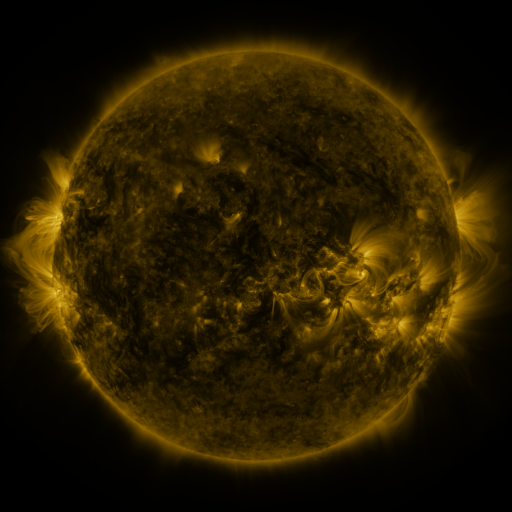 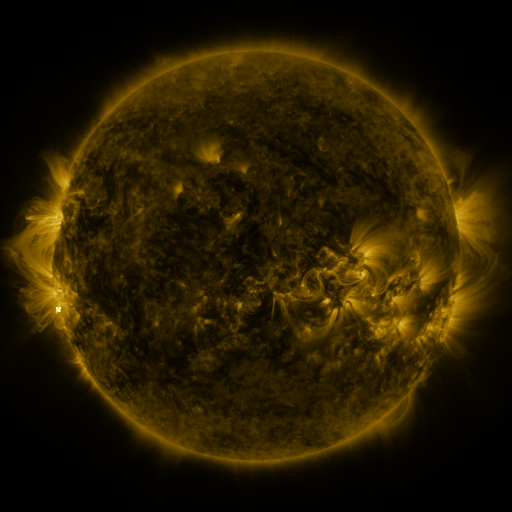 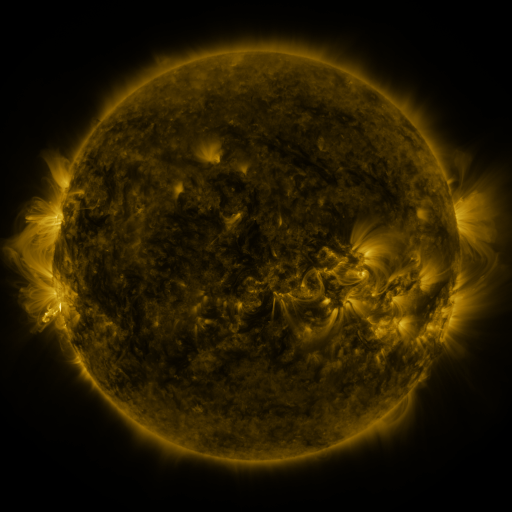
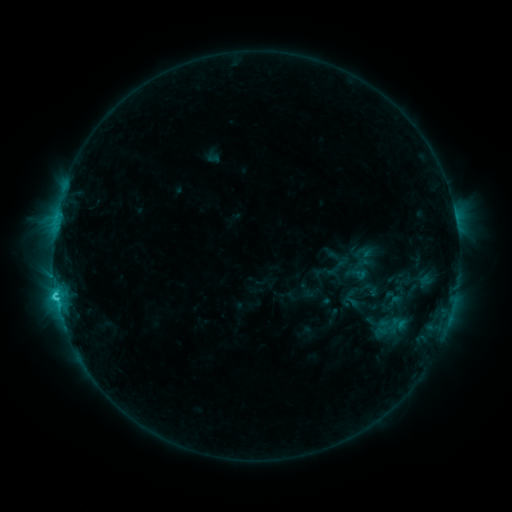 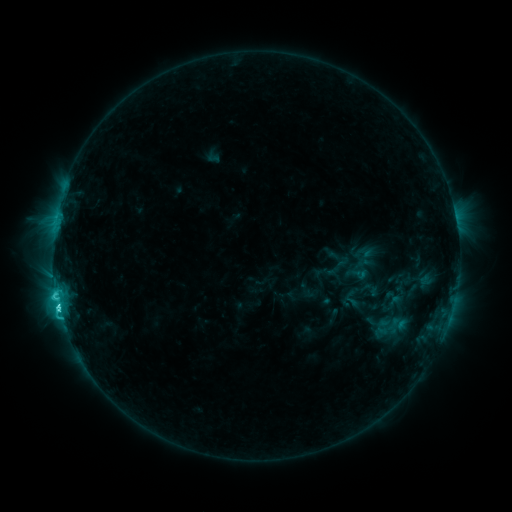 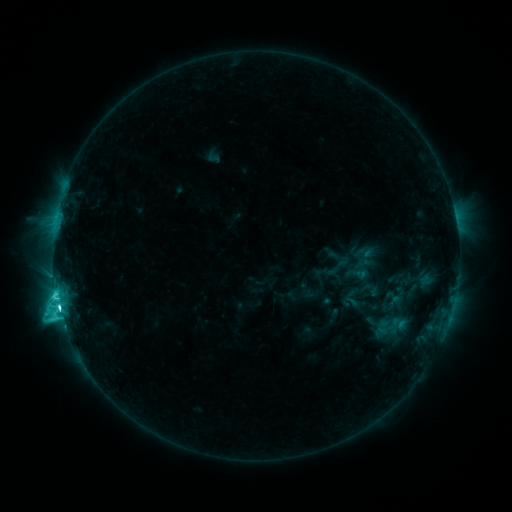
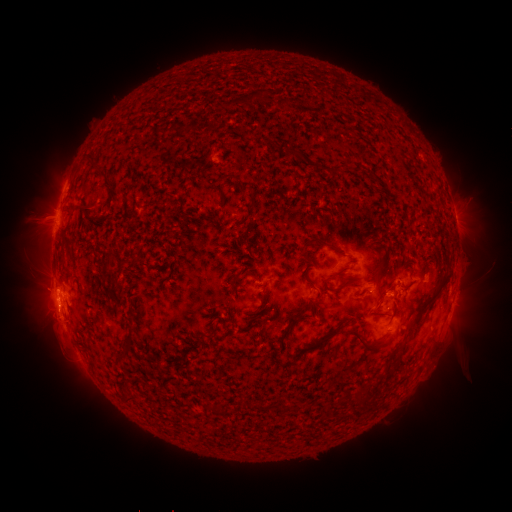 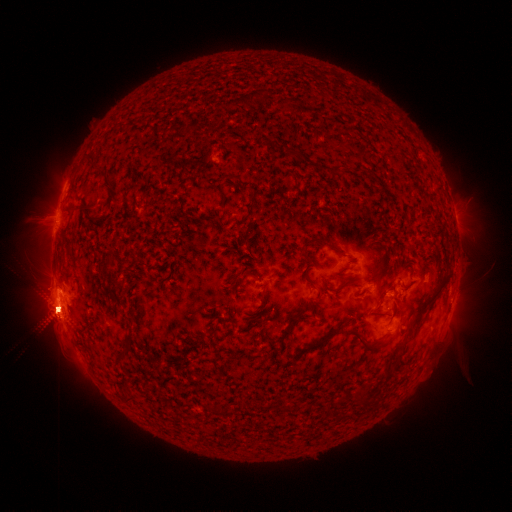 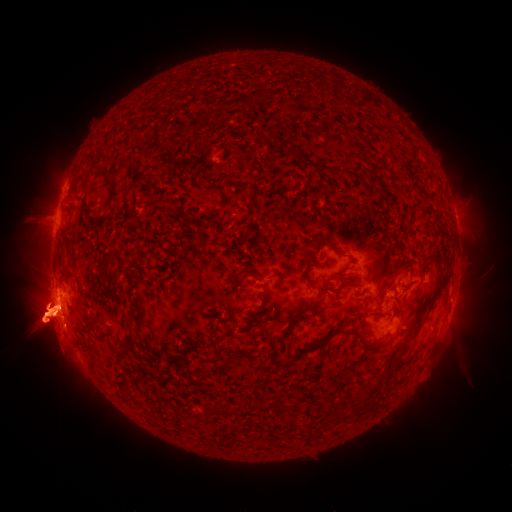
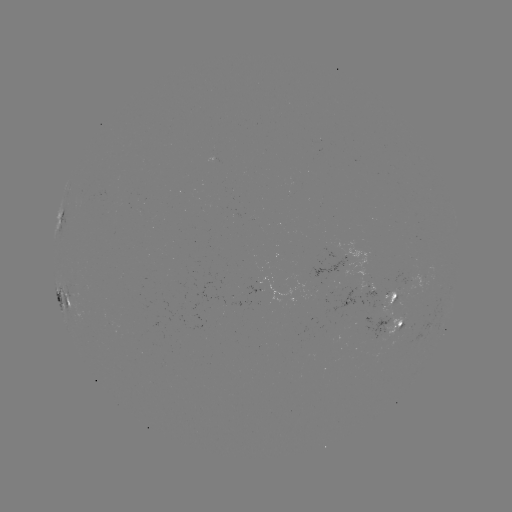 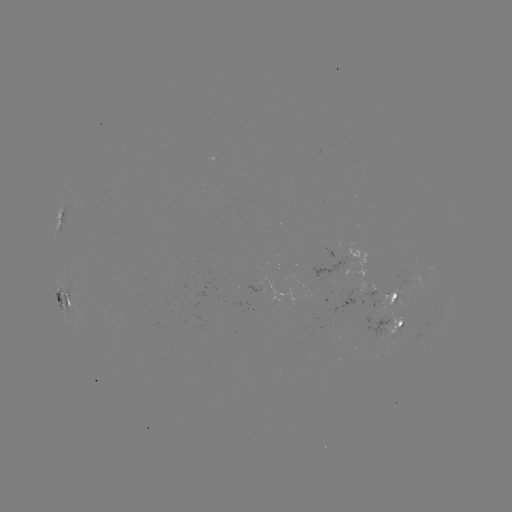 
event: flare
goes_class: M1.5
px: (59, 307)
